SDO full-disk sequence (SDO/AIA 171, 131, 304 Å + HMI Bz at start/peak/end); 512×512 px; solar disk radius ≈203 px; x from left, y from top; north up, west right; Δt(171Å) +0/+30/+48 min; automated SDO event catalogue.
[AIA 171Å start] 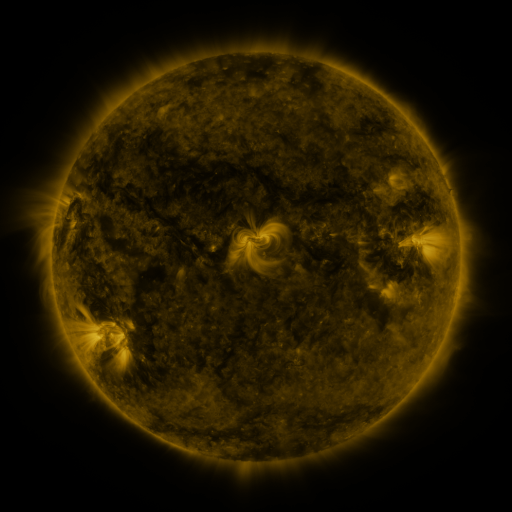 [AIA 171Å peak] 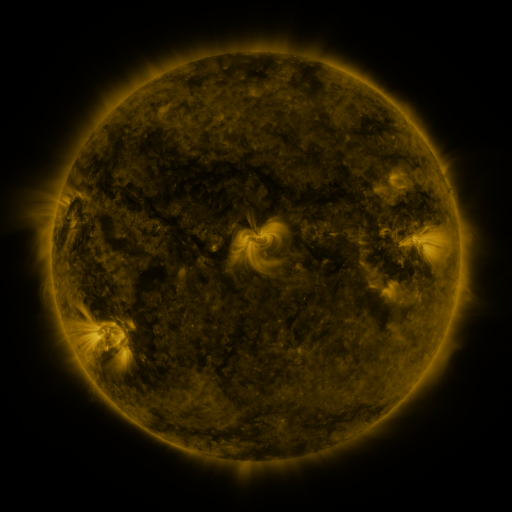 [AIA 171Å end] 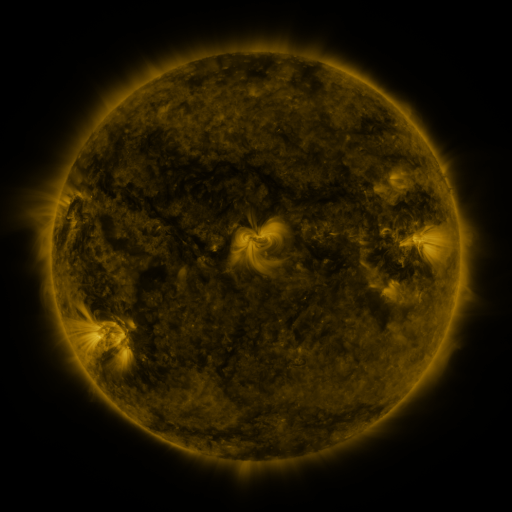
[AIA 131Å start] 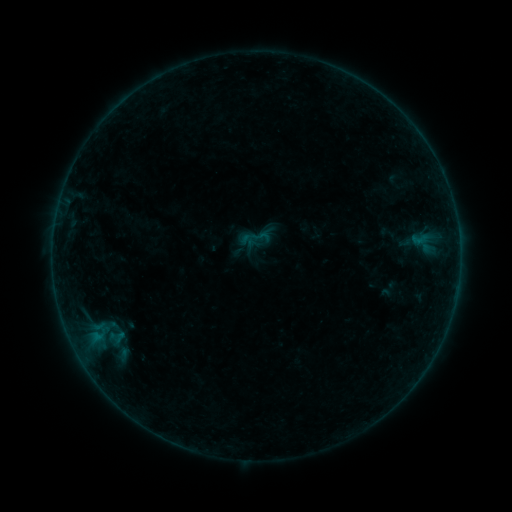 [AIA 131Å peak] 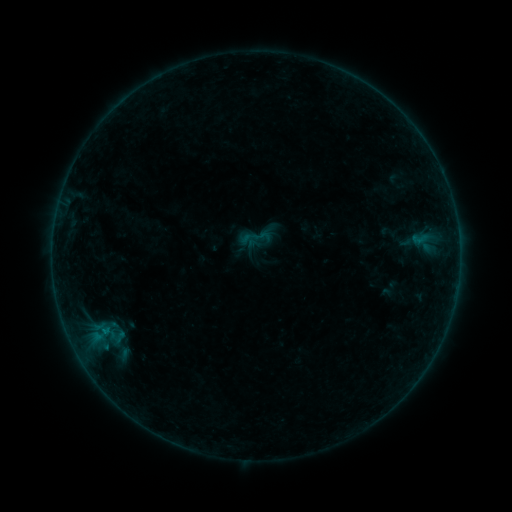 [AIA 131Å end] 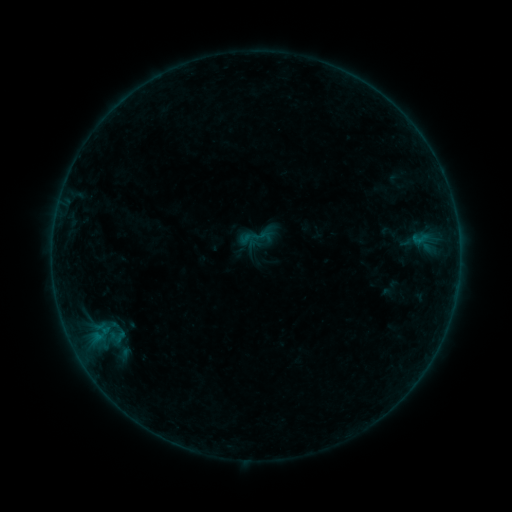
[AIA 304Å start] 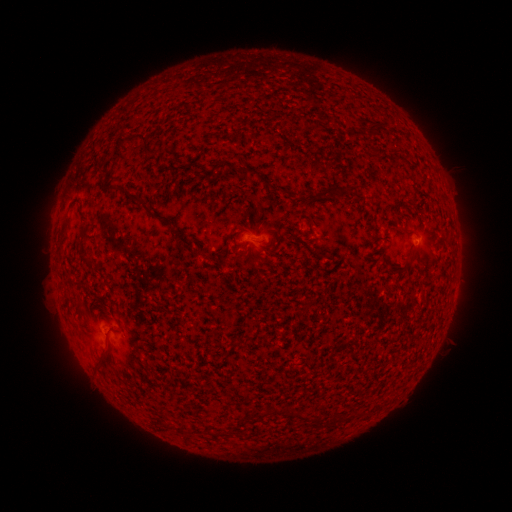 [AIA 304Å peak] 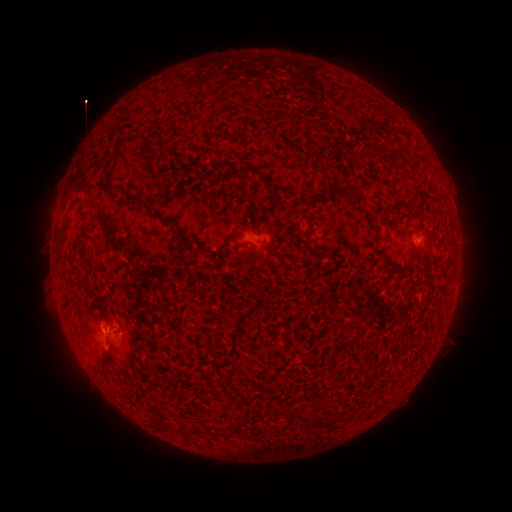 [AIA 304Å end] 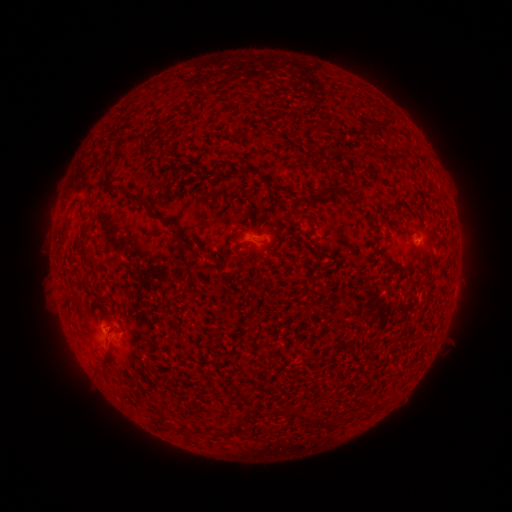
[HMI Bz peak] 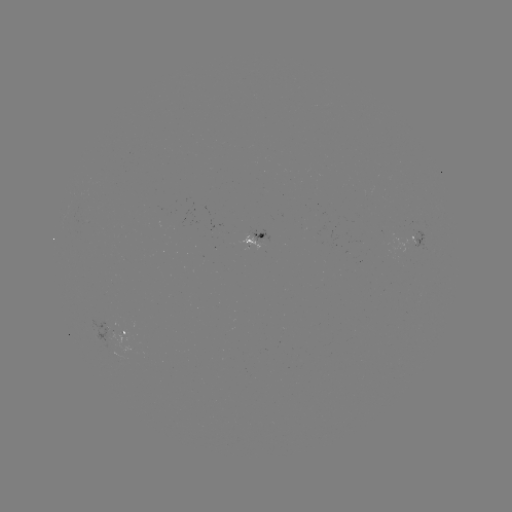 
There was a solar flare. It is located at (106, 330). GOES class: B2.6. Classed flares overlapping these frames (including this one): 1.